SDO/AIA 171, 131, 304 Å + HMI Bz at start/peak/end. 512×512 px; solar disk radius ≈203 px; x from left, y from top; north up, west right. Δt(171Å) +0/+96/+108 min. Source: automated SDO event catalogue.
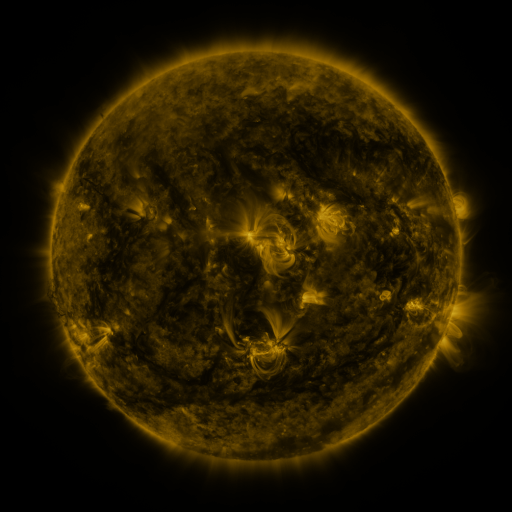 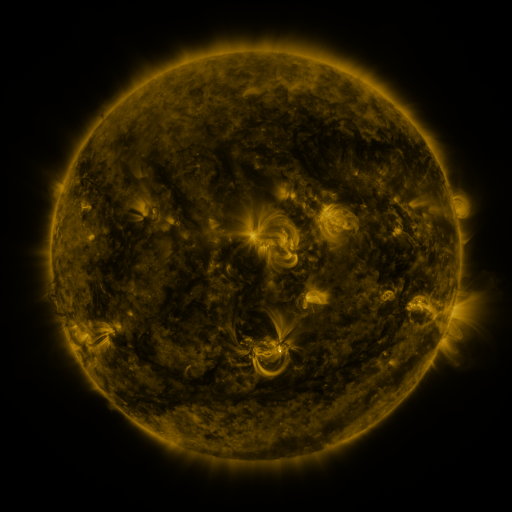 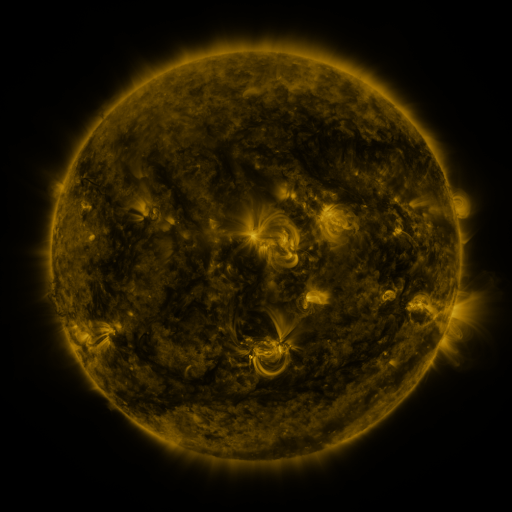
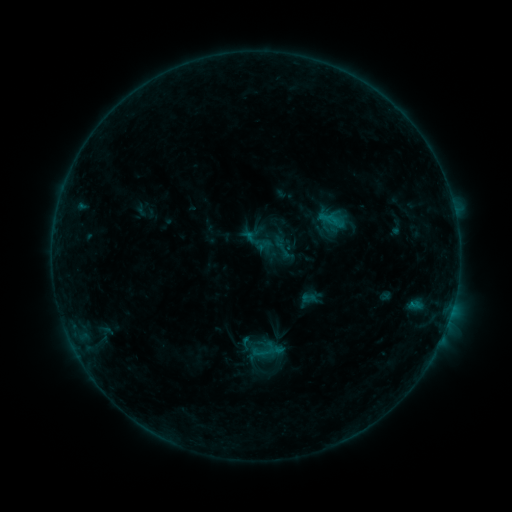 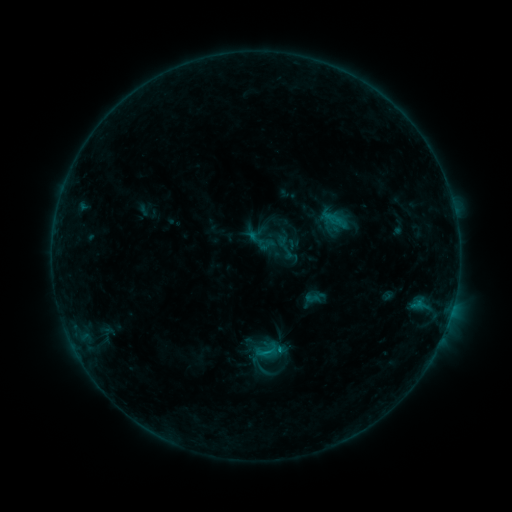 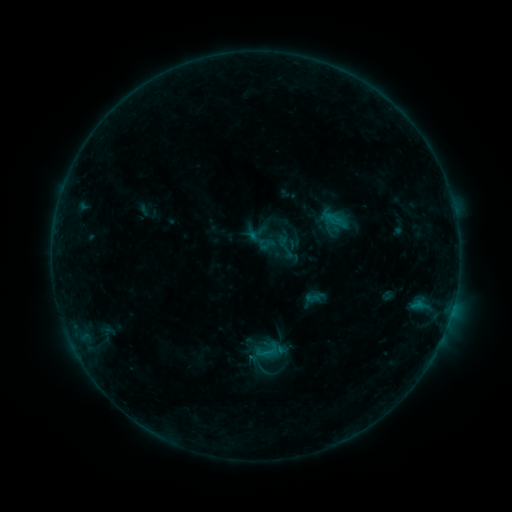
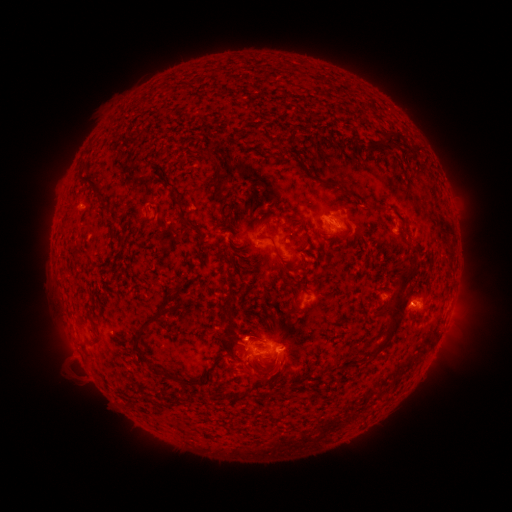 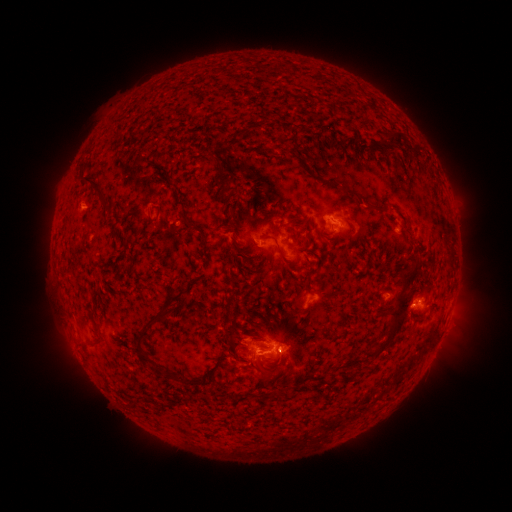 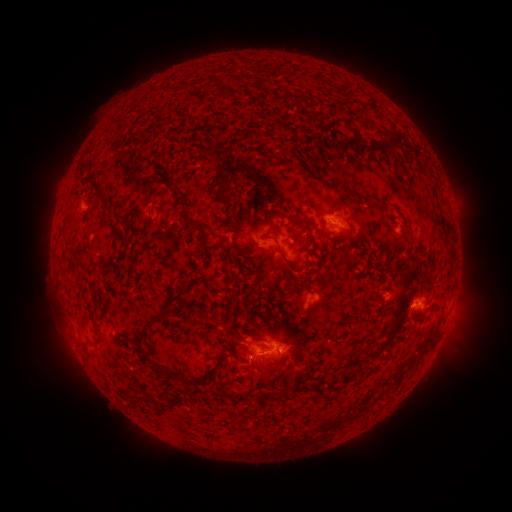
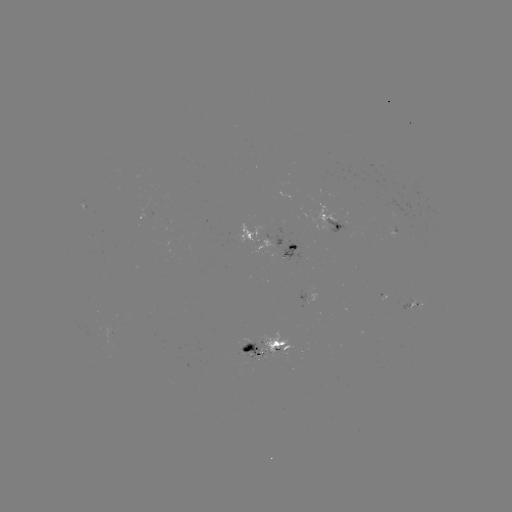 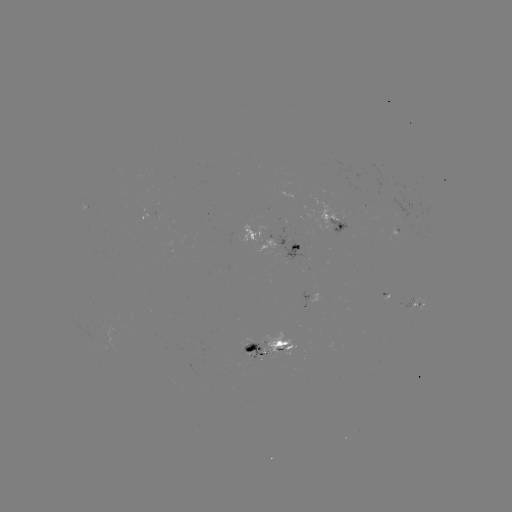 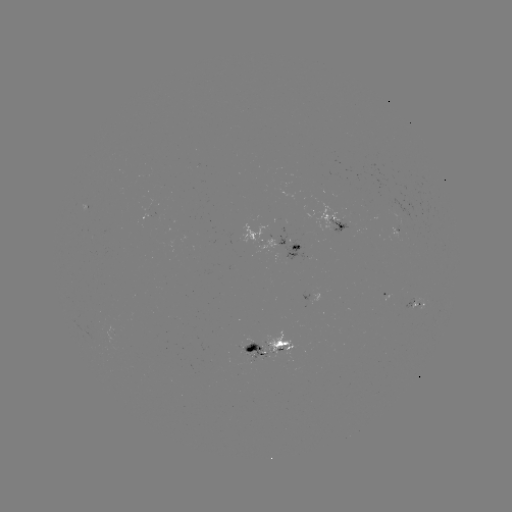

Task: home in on emerging-flux region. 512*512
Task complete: [342, 220].